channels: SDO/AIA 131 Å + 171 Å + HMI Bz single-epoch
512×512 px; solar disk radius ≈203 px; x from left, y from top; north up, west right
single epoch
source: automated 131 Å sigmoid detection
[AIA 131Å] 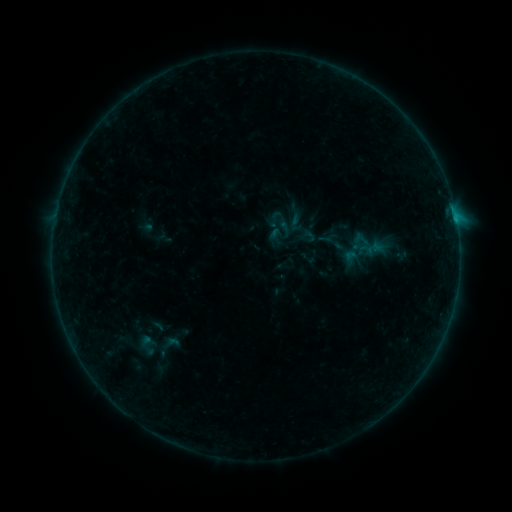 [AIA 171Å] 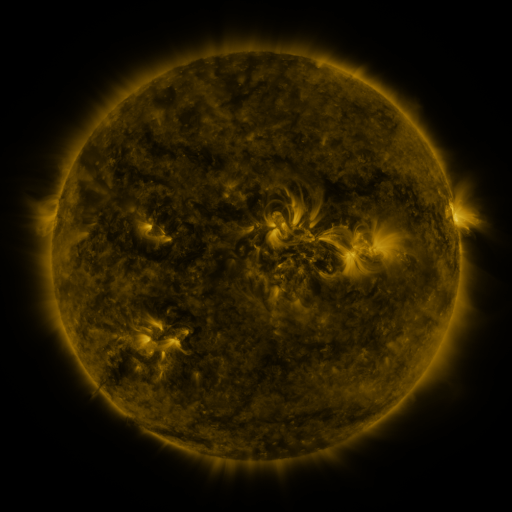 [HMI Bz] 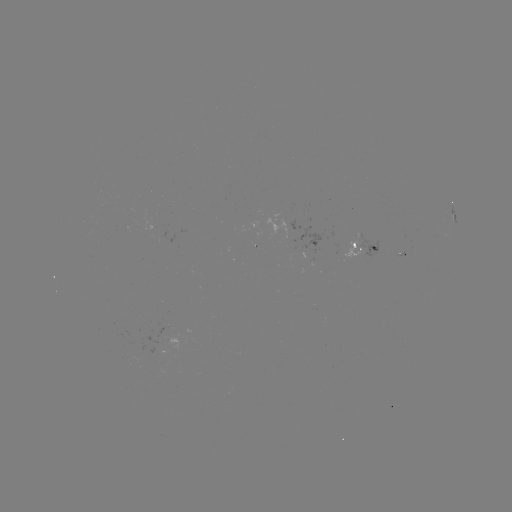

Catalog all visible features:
sigmoid: (335, 241)
sigmoid: (168, 347)
